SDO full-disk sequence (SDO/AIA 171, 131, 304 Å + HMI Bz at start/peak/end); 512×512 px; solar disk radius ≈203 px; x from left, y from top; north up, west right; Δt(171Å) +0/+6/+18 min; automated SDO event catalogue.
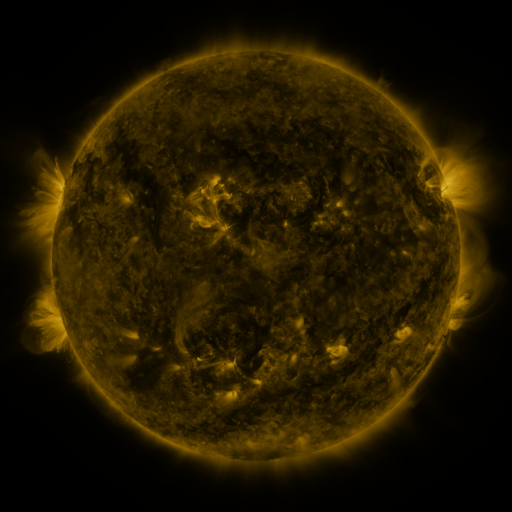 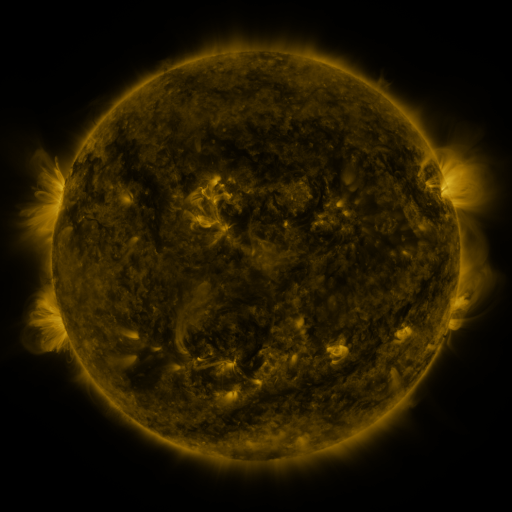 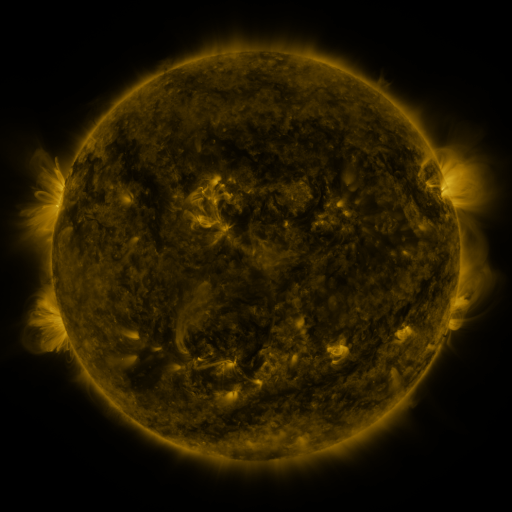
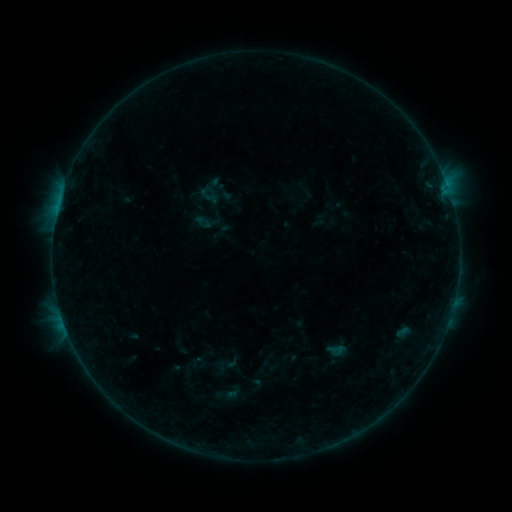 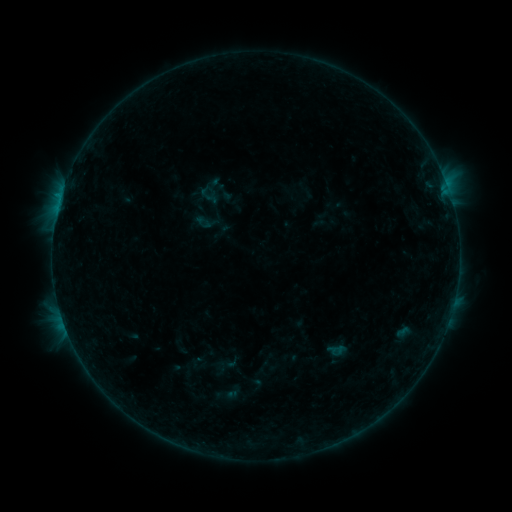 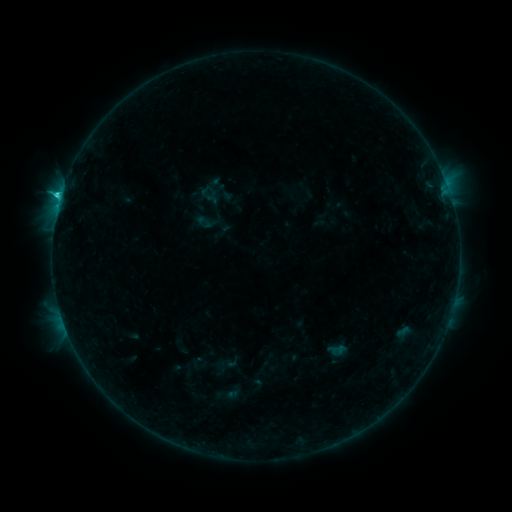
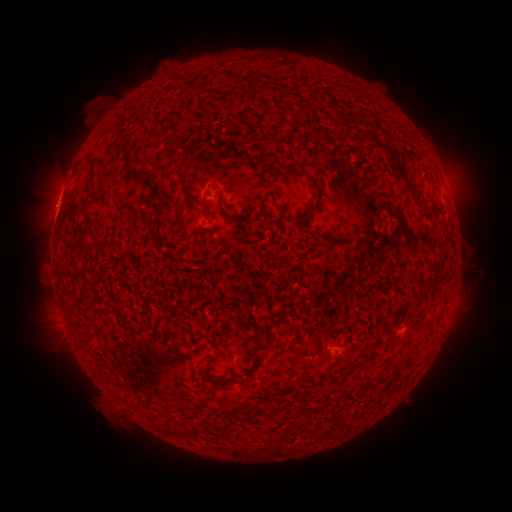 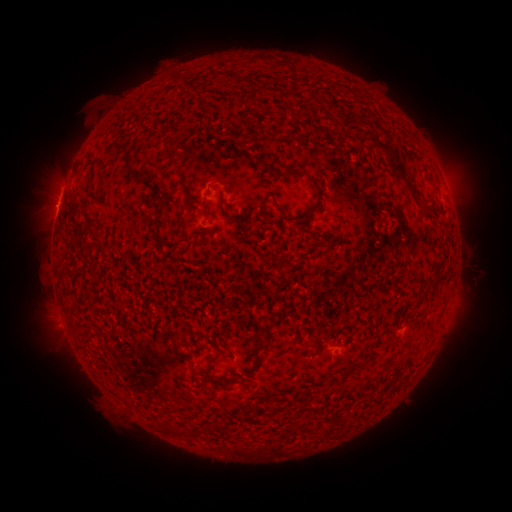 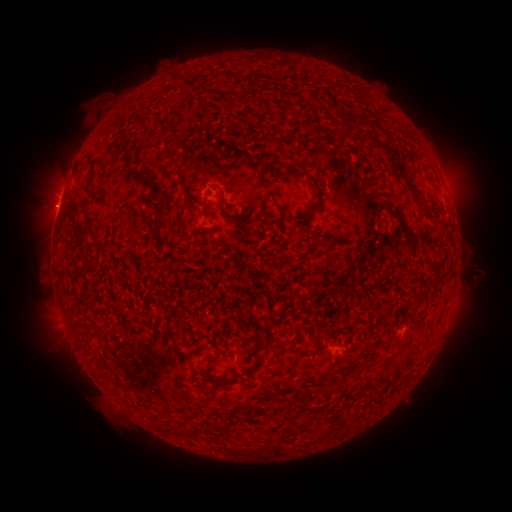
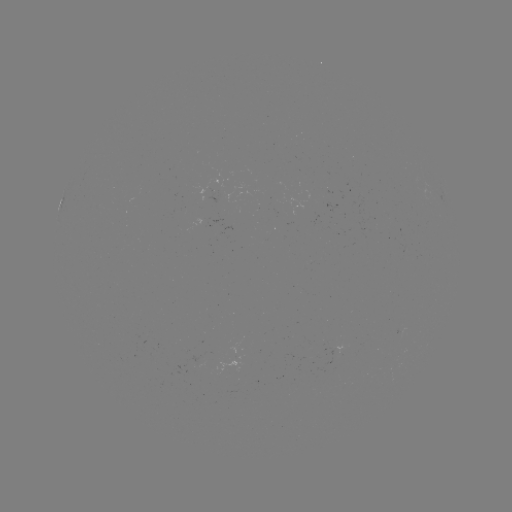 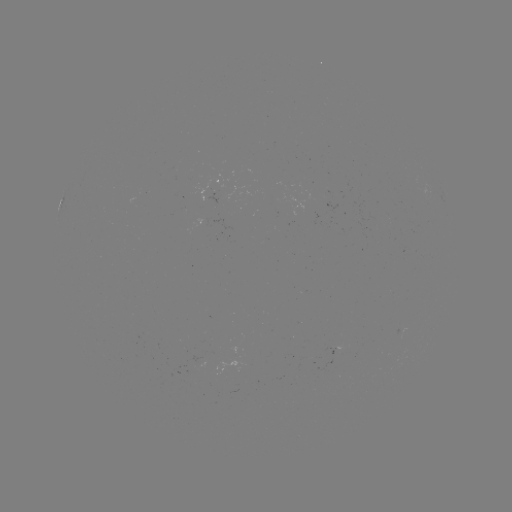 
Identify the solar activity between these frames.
C1.4 flare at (61, 197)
